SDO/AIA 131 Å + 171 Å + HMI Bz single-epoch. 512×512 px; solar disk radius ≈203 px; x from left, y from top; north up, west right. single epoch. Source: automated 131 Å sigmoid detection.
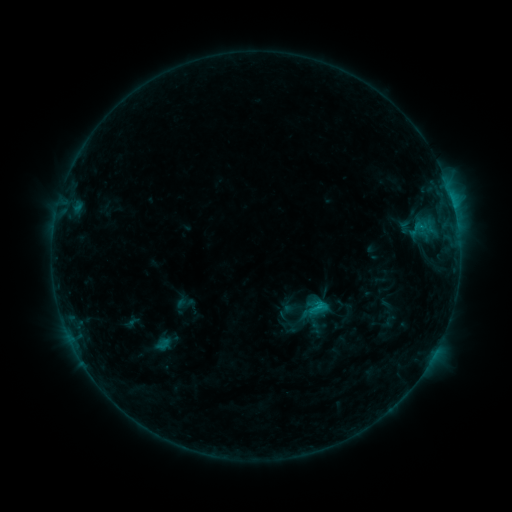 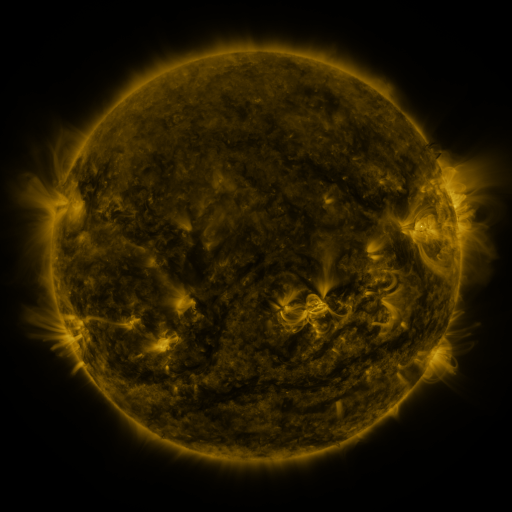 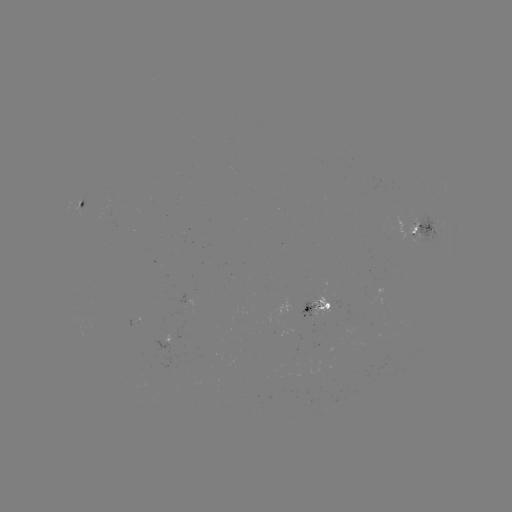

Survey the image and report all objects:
sigmoid: <bbox>305, 295, 329, 318</bbox>
sigmoid: <bbox>285, 296, 304, 314</bbox>
